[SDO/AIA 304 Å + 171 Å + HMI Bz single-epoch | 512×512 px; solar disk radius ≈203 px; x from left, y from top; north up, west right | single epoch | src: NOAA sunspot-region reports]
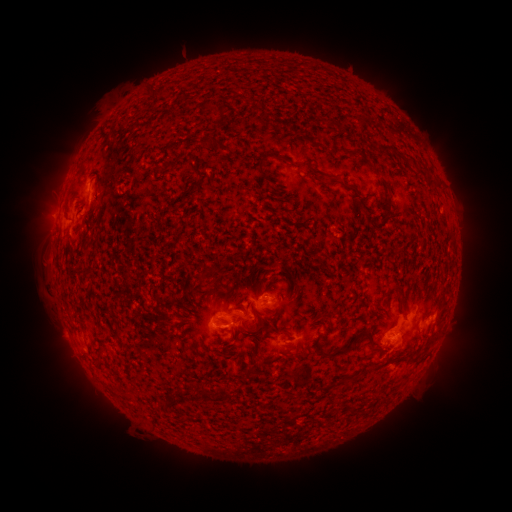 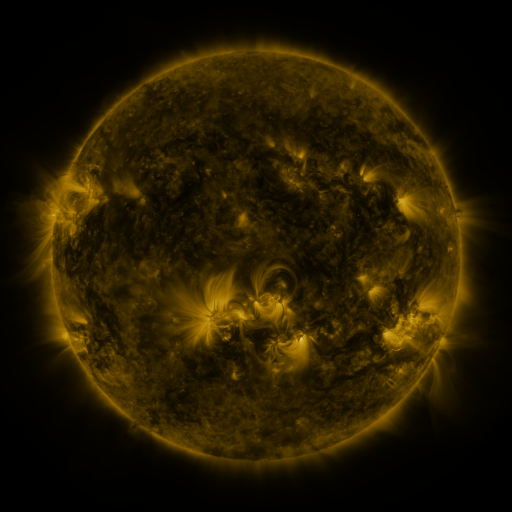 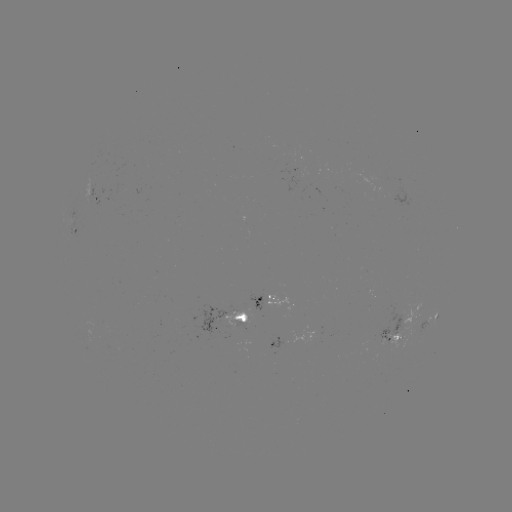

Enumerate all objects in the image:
spotted active region: (101, 191)
spotted active region: (78, 231)
spotted active region: (280, 295)
spotted active region: (249, 309)
spotted active region: (432, 324)
spotted active region: (398, 337)
spotted active region: (293, 339)
